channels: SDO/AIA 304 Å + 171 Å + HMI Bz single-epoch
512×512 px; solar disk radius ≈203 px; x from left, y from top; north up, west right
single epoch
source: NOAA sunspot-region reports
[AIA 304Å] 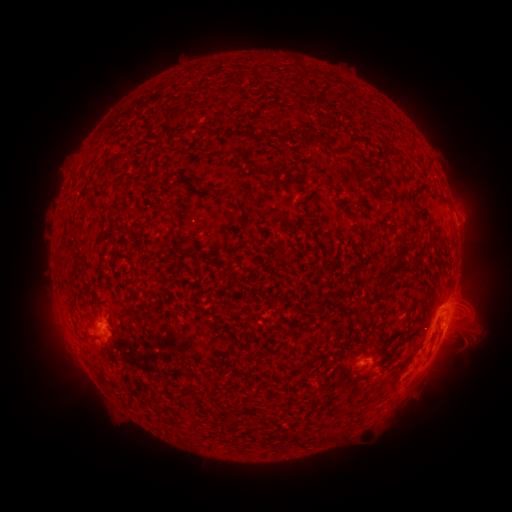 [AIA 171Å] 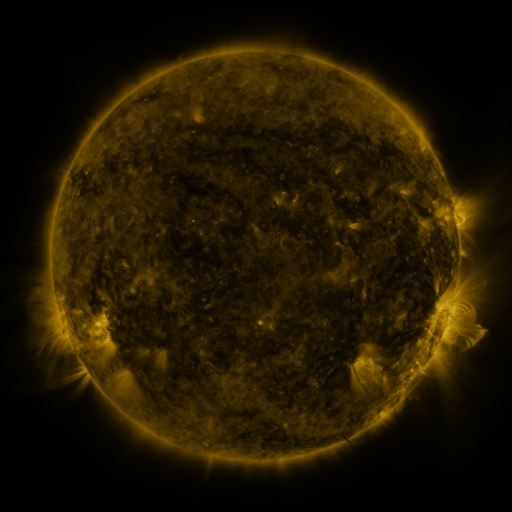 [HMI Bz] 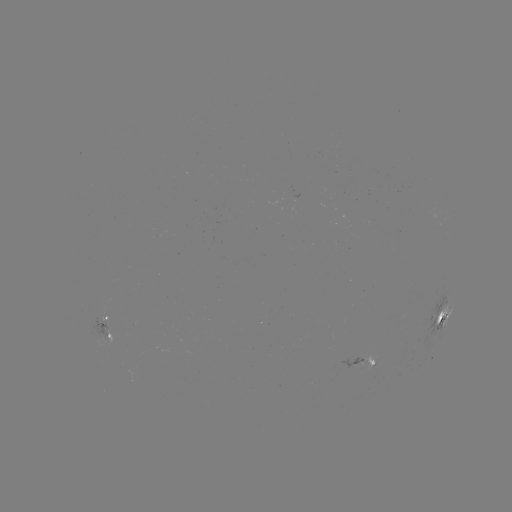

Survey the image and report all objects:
spotted active region: (454, 213)
spotted active region: (443, 319)
spotted active region: (447, 323)
spotted active region: (98, 324)
spotted active region: (109, 341)
spotted active region: (361, 363)
